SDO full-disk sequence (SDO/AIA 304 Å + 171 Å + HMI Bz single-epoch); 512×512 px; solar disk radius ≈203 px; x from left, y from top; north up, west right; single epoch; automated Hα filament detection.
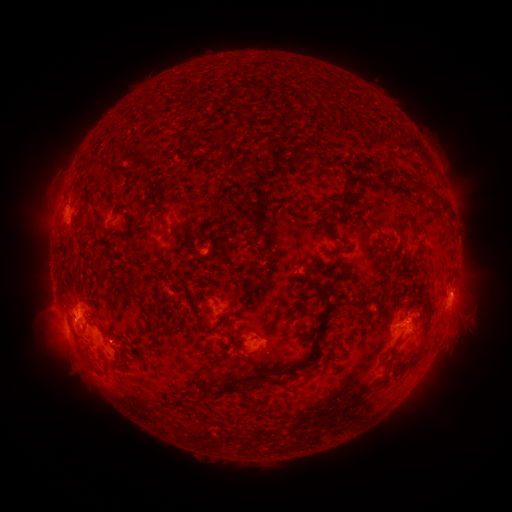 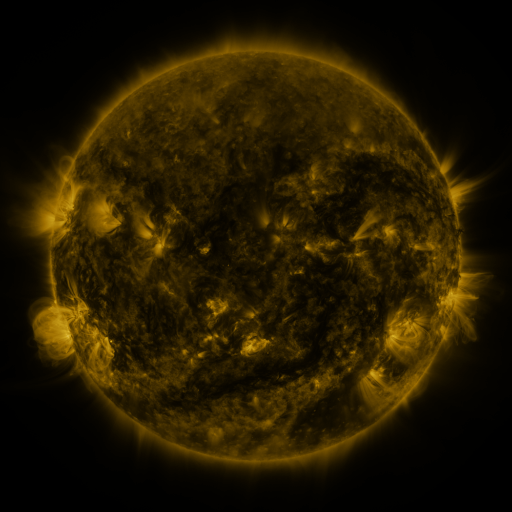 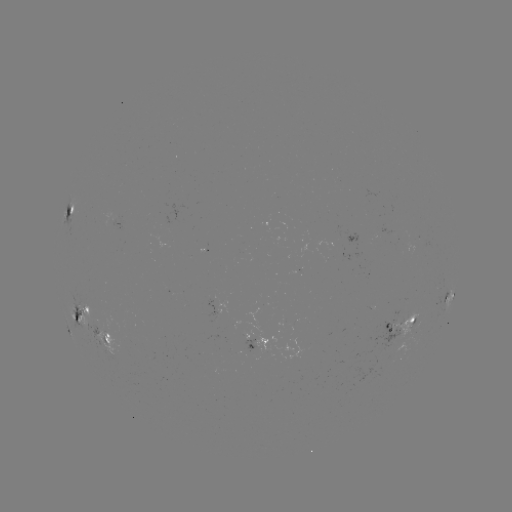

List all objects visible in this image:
filament: (327, 90)
filament: (348, 179)
filament: (431, 194)
filament: (343, 199)
filament: (444, 206)
filament: (213, 212)
filament: (323, 218)
filament: (362, 220)
filament: (399, 227)
filament: (166, 233)
filament: (109, 296)
filament: (329, 304)
filament: (429, 318)
filament: (234, 341)
filament: (146, 346)
filament: (415, 361)
filament: (307, 365)
filament: (196, 376)
filament: (280, 378)
filament: (258, 382)
filament: (233, 389)
